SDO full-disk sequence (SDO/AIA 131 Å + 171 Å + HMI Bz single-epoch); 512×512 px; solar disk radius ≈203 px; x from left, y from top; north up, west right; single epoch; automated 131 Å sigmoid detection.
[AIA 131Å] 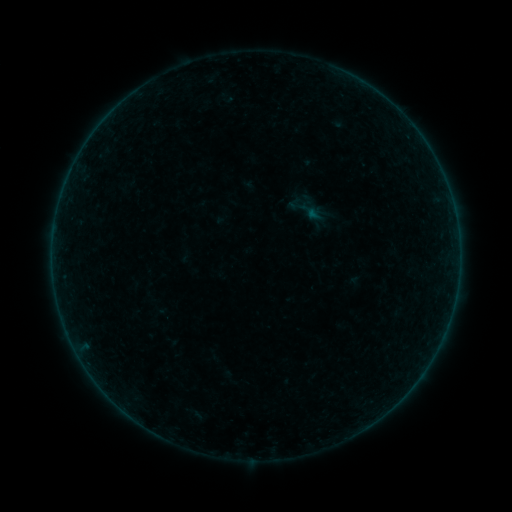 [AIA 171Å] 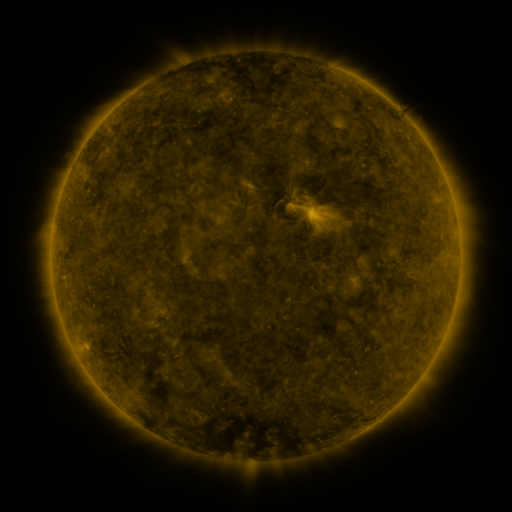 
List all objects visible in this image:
sigmoid: (305, 208)
